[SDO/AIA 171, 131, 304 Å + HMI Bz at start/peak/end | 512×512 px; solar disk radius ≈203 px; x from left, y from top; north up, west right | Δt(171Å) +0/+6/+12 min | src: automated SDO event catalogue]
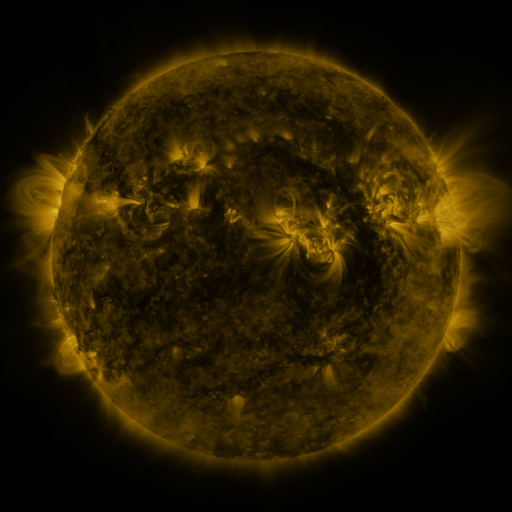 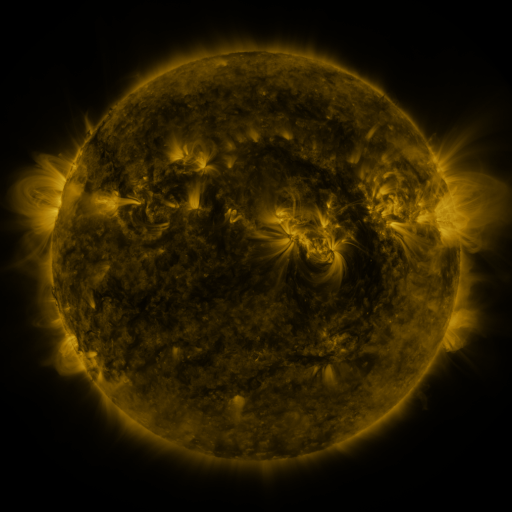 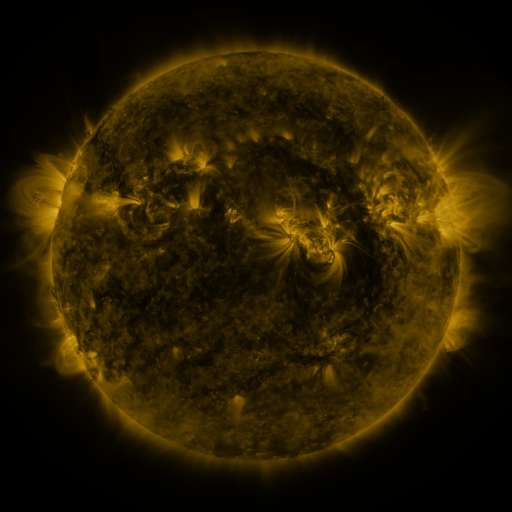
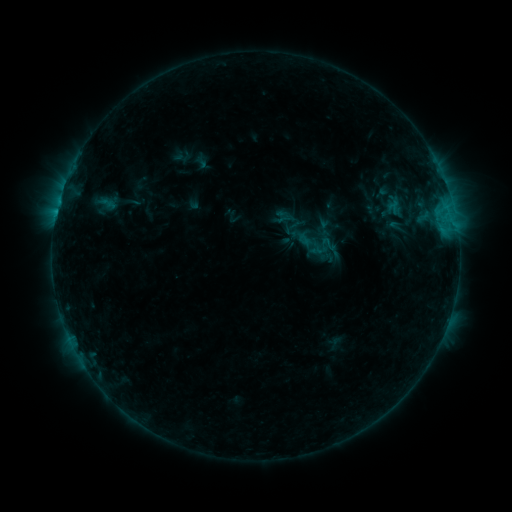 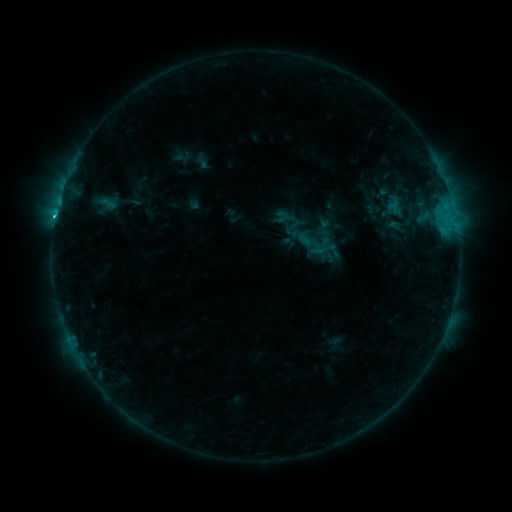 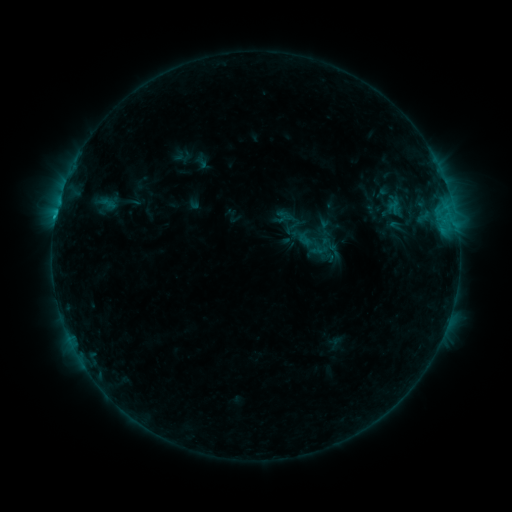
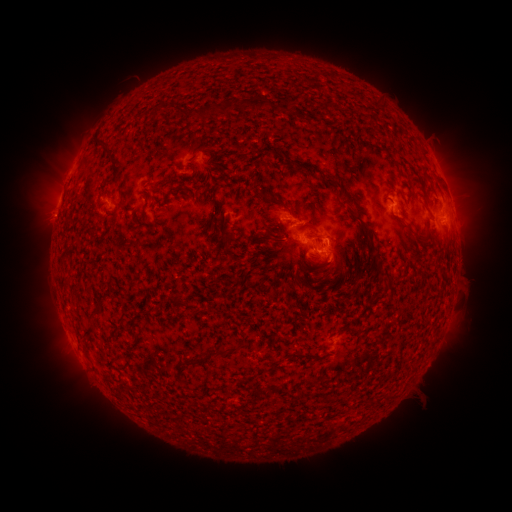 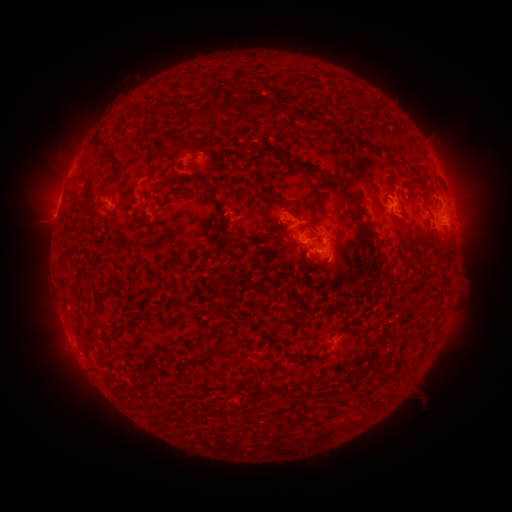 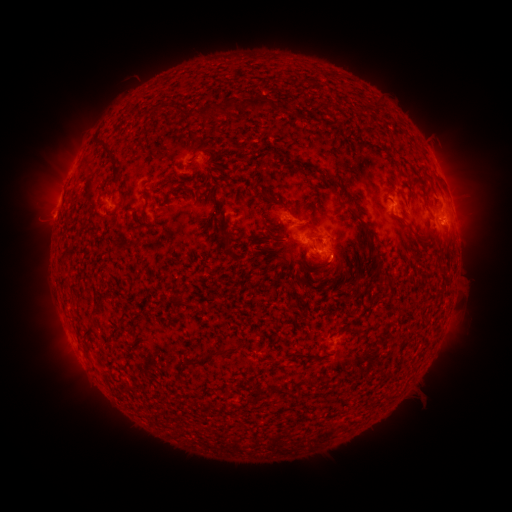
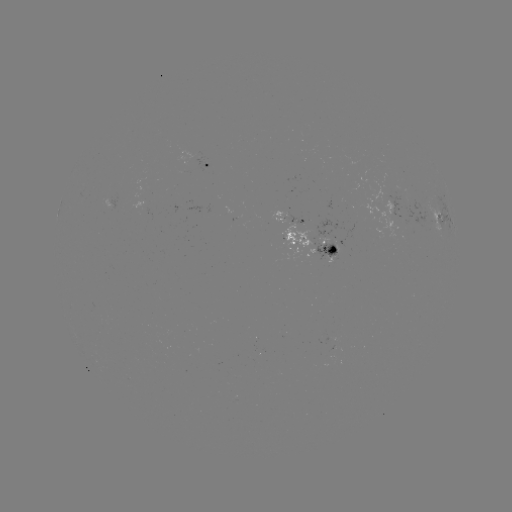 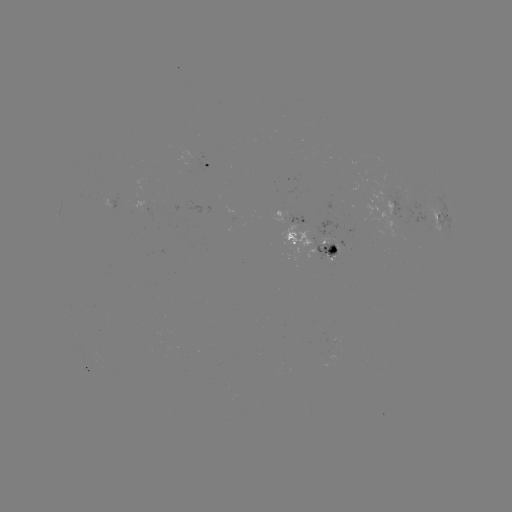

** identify C1.0 flare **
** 56,217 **